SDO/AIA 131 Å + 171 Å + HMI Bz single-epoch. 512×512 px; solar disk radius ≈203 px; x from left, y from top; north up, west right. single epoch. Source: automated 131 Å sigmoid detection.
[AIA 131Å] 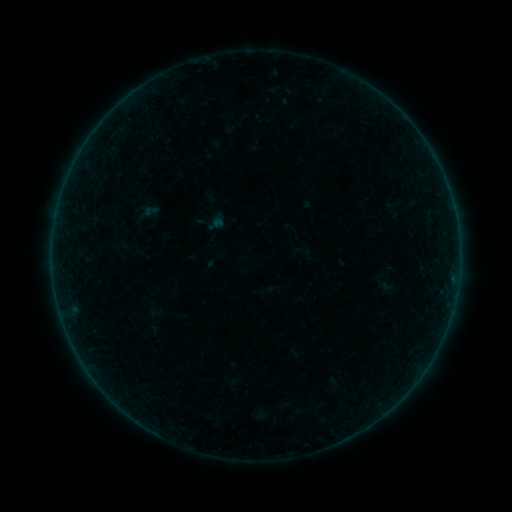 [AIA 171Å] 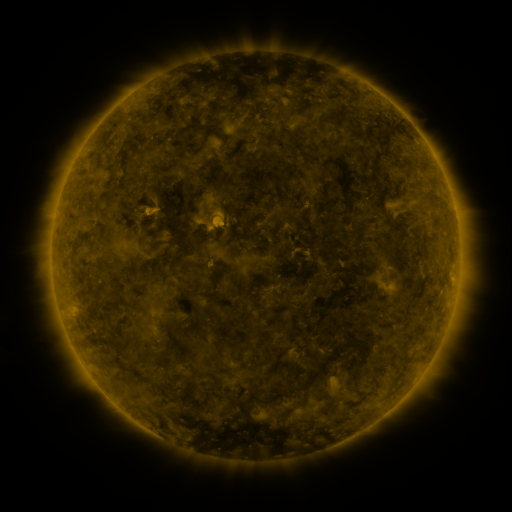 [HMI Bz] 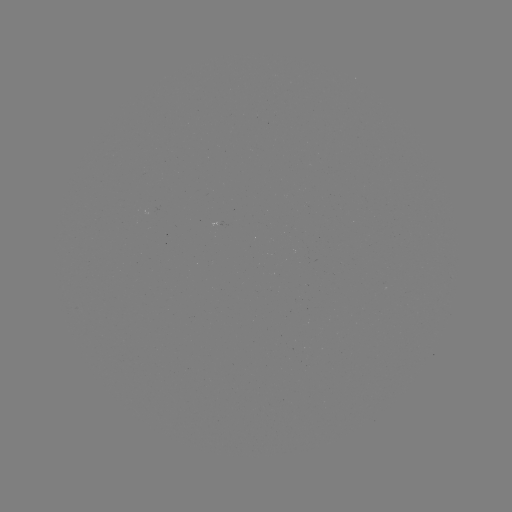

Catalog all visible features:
sigmoid: (301, 251)
